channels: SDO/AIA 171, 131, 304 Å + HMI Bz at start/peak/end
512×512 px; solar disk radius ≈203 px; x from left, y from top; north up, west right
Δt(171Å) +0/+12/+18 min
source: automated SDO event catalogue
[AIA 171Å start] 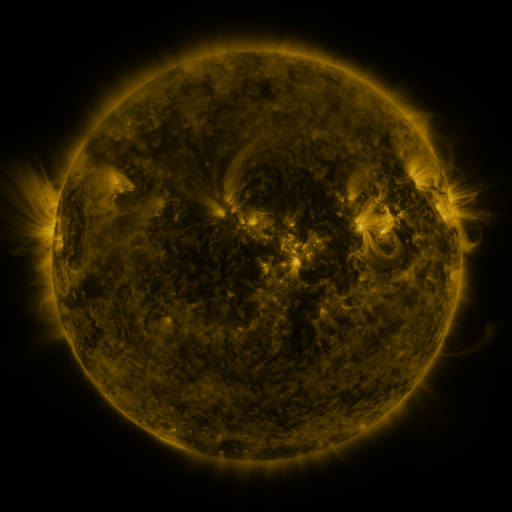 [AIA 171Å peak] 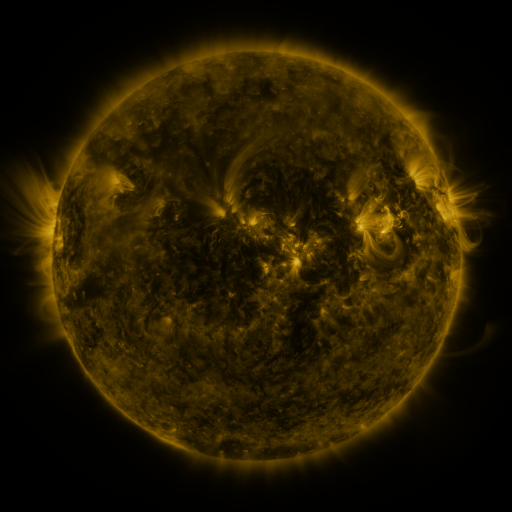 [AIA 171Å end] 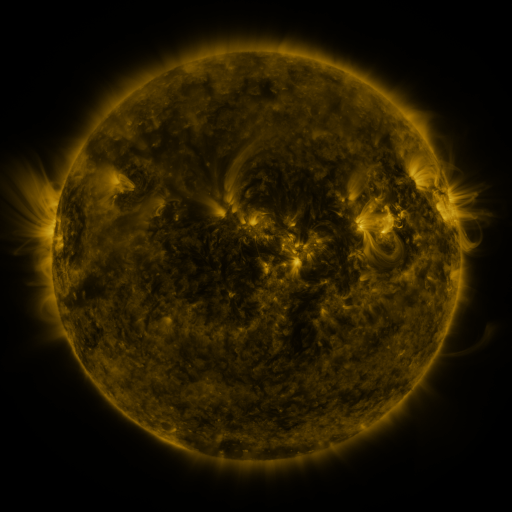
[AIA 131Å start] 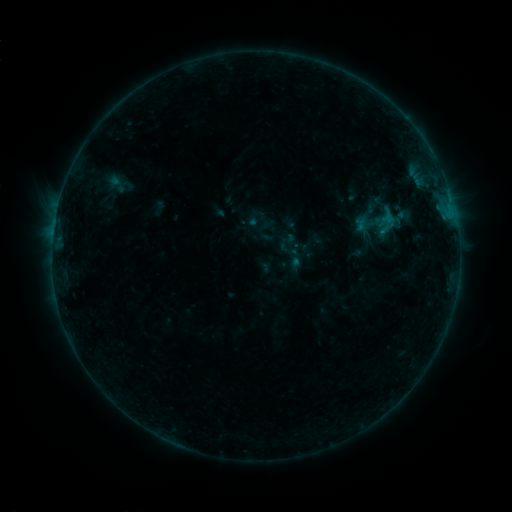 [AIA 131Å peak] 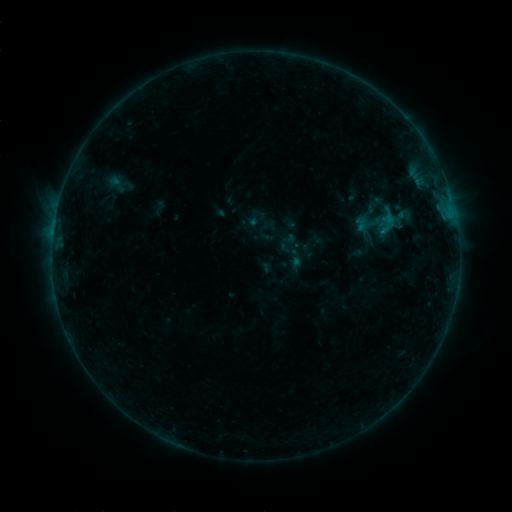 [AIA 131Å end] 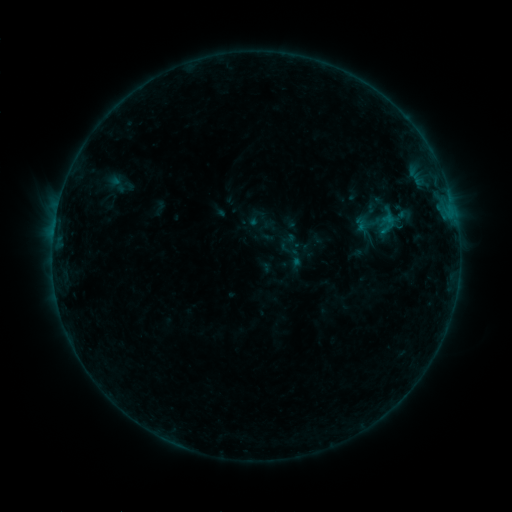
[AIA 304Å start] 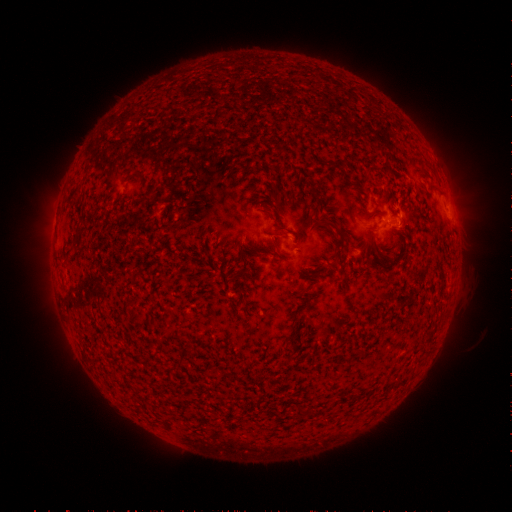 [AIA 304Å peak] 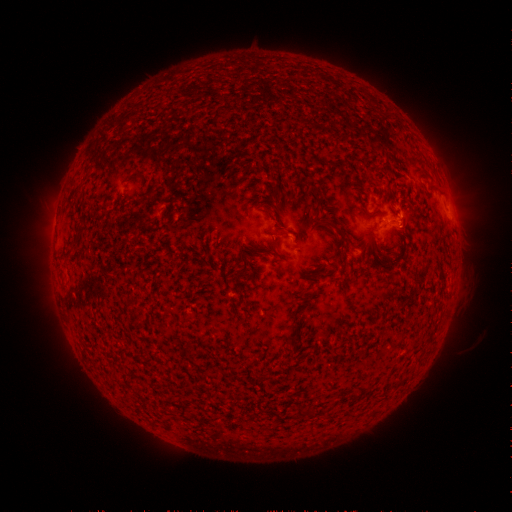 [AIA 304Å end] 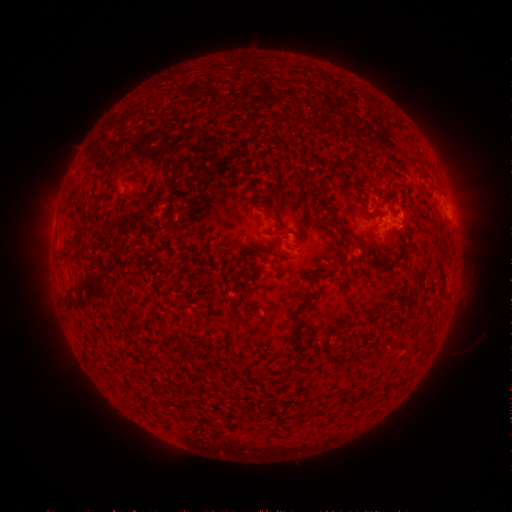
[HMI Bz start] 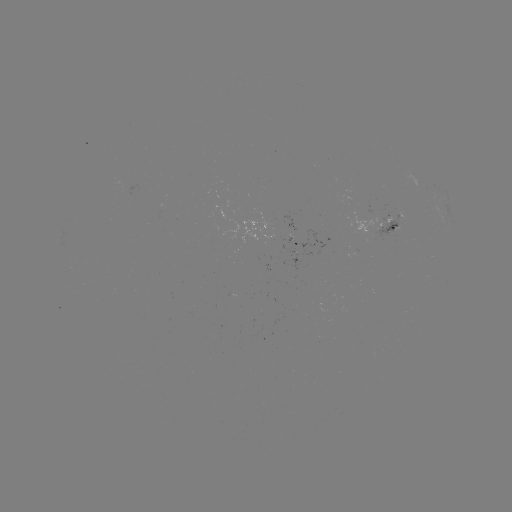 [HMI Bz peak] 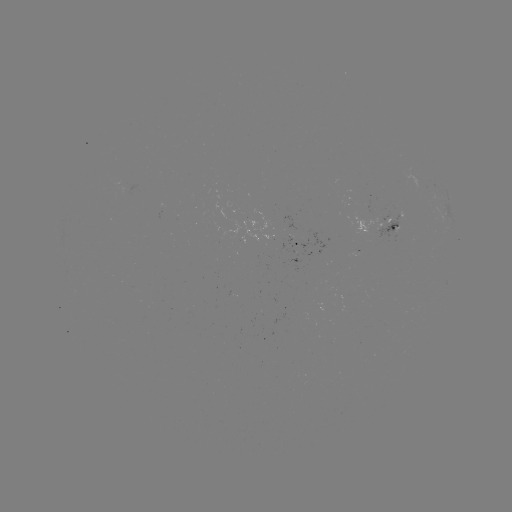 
no flare in any classed list; no EUV-trigger detection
